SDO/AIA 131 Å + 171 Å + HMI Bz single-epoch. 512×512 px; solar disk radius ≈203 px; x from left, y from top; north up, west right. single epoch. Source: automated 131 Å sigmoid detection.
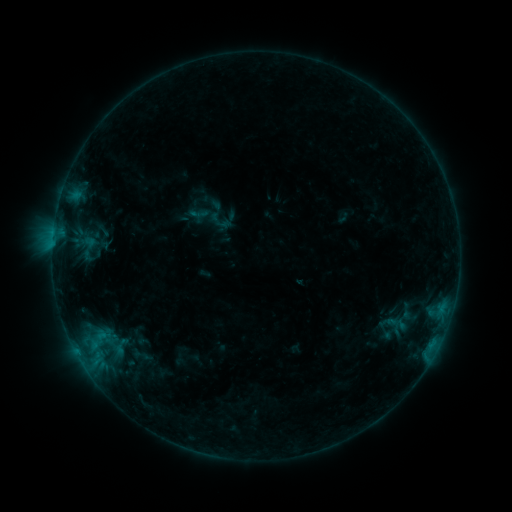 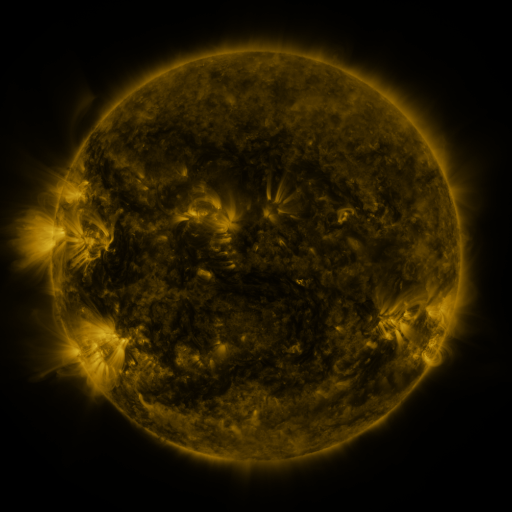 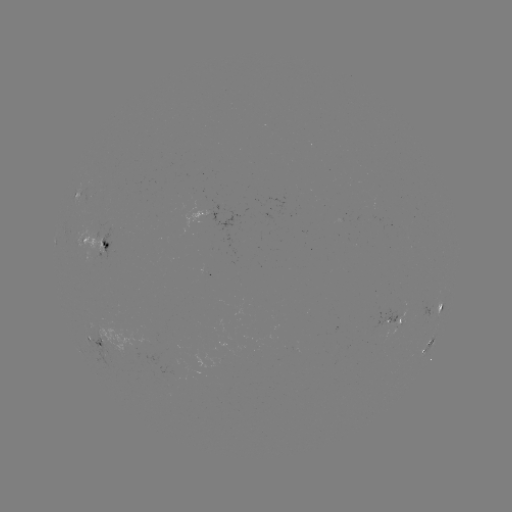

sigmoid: <bbox>189, 203, 209, 224</bbox>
